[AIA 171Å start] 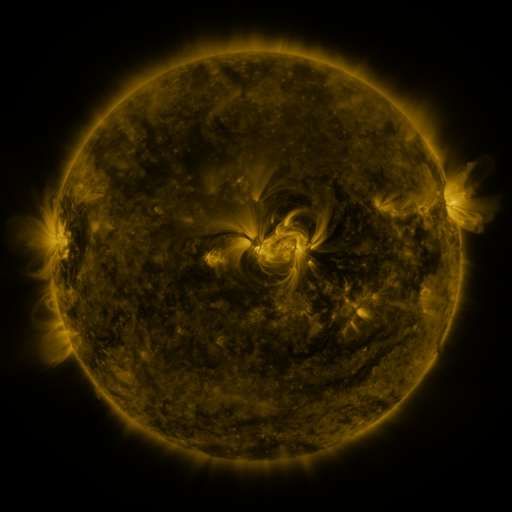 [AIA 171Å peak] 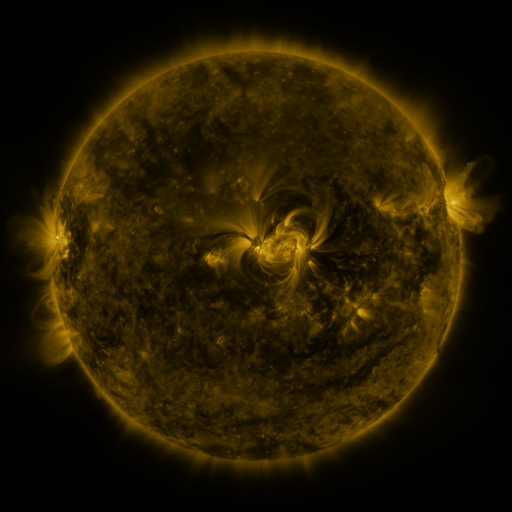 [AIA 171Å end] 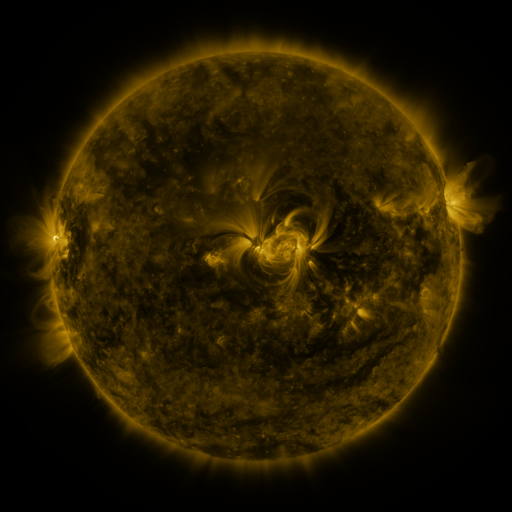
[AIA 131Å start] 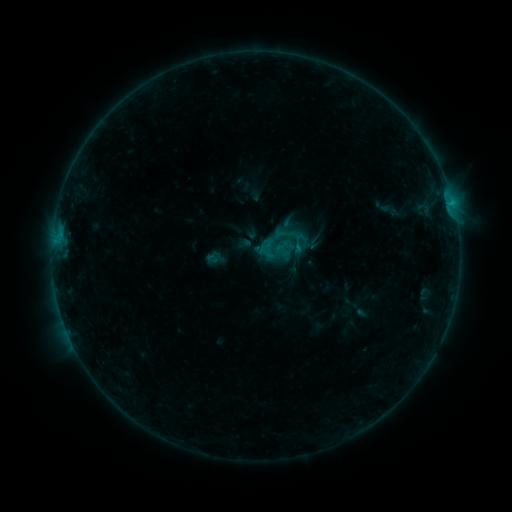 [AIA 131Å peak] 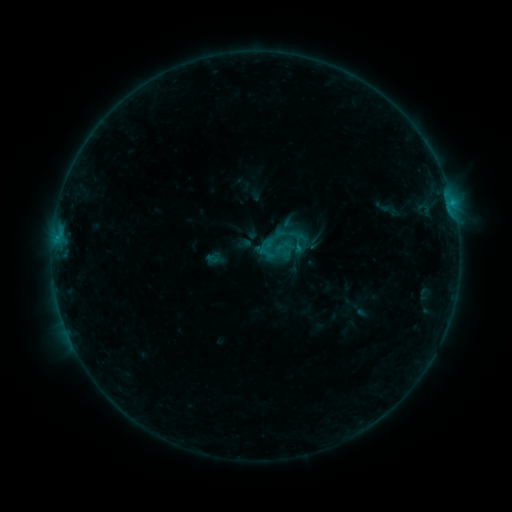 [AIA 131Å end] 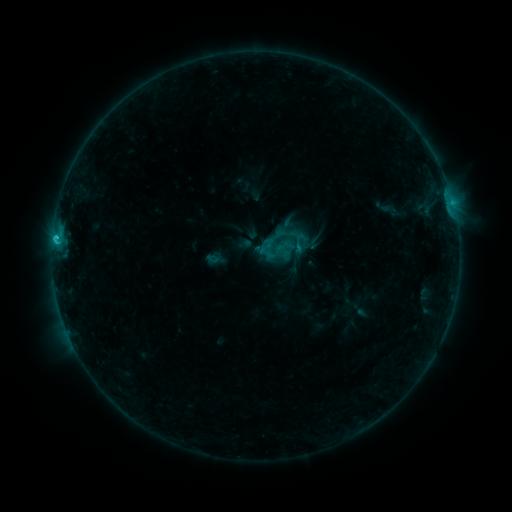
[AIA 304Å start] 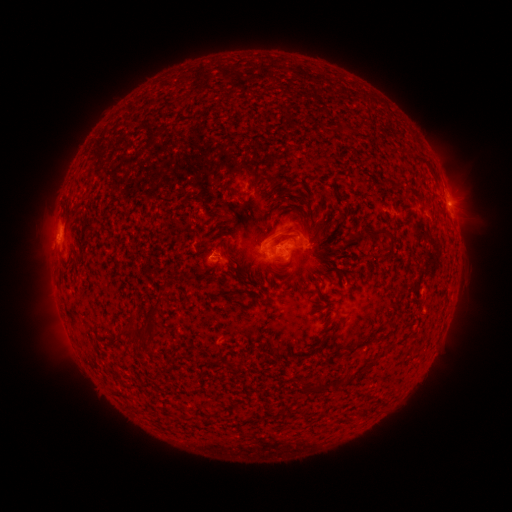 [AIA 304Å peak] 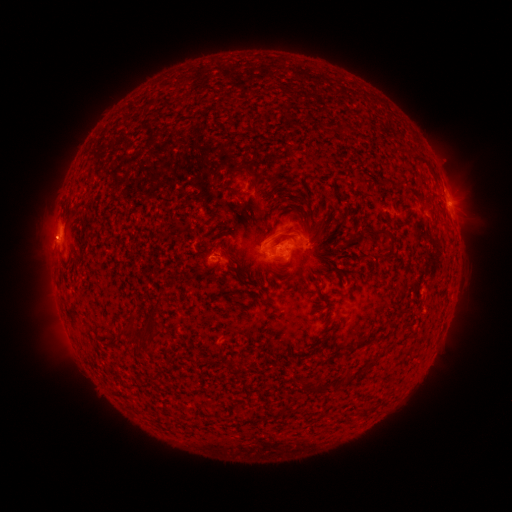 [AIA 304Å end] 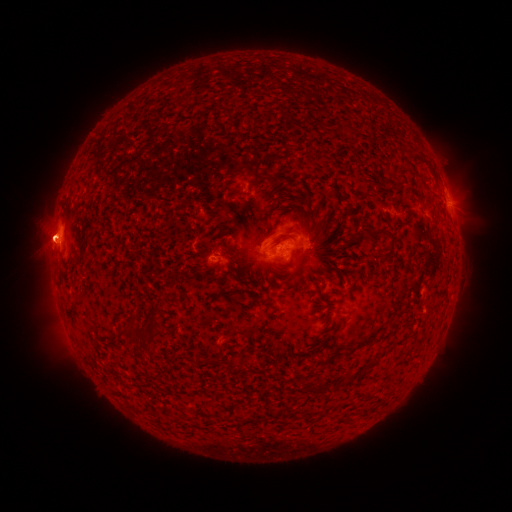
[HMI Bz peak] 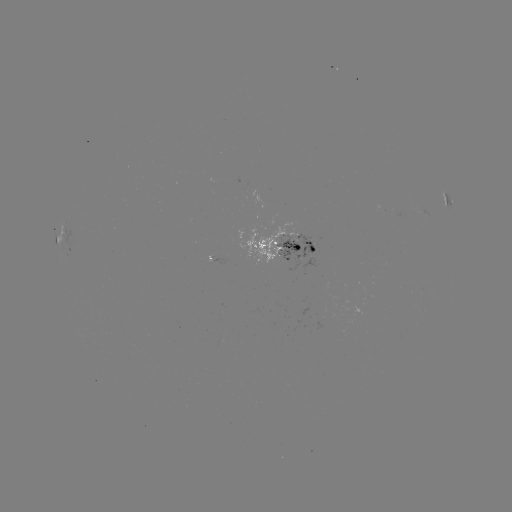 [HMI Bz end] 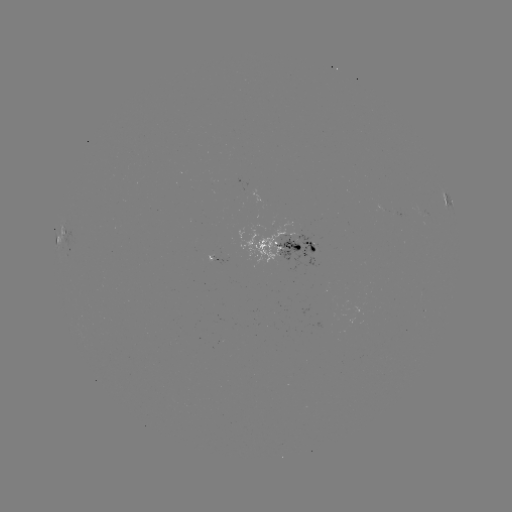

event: eruption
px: (50, 235)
